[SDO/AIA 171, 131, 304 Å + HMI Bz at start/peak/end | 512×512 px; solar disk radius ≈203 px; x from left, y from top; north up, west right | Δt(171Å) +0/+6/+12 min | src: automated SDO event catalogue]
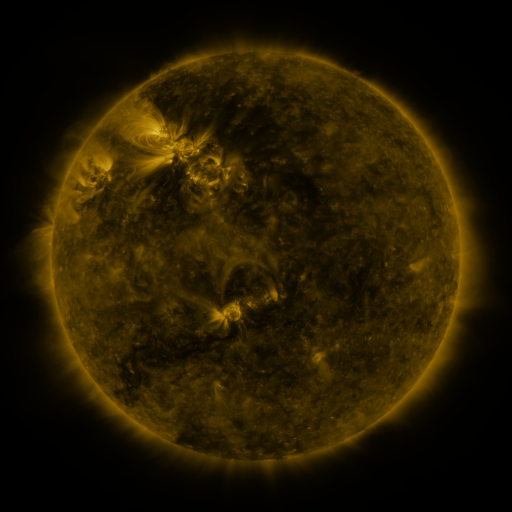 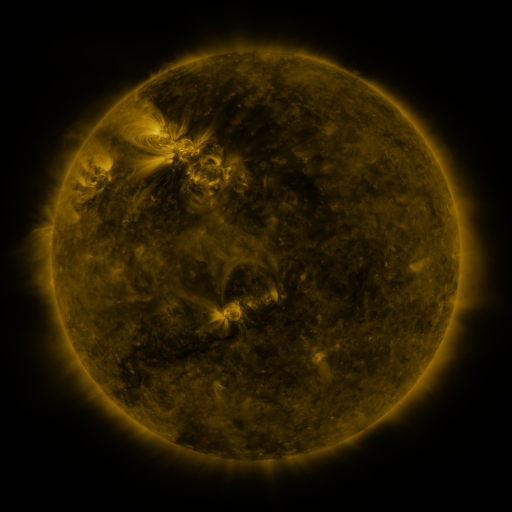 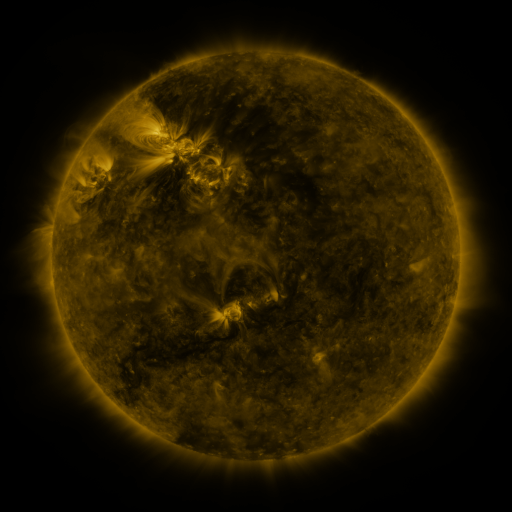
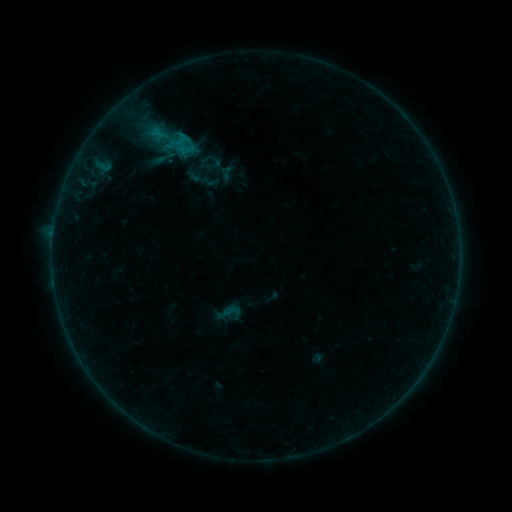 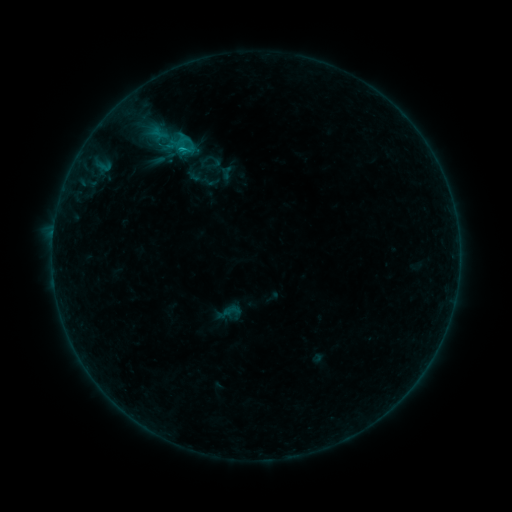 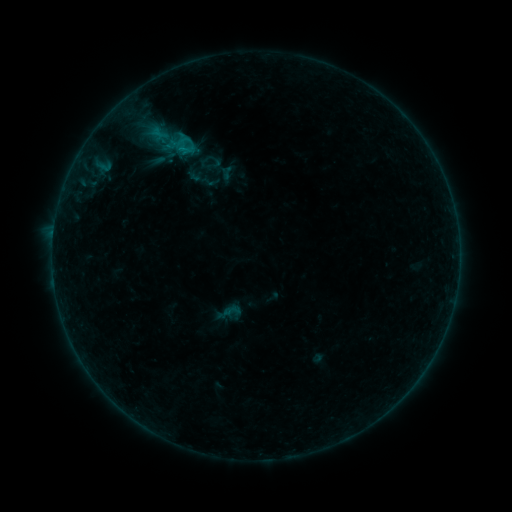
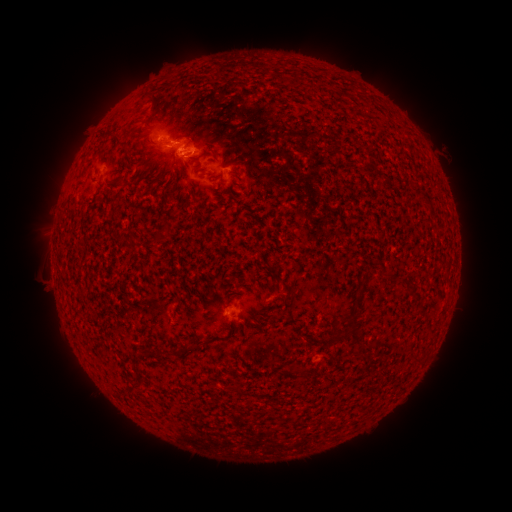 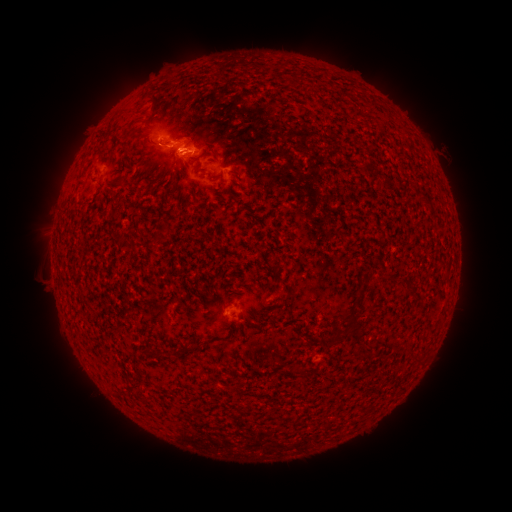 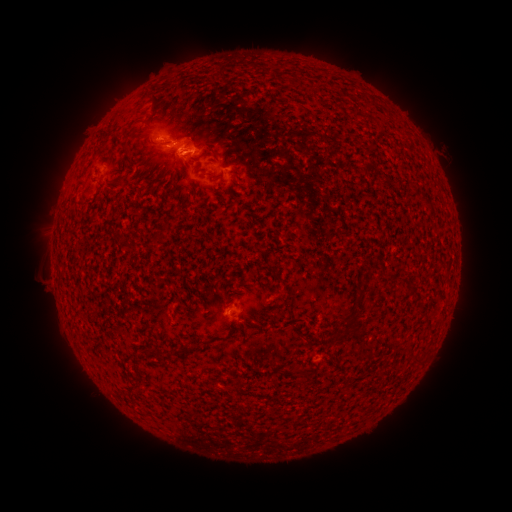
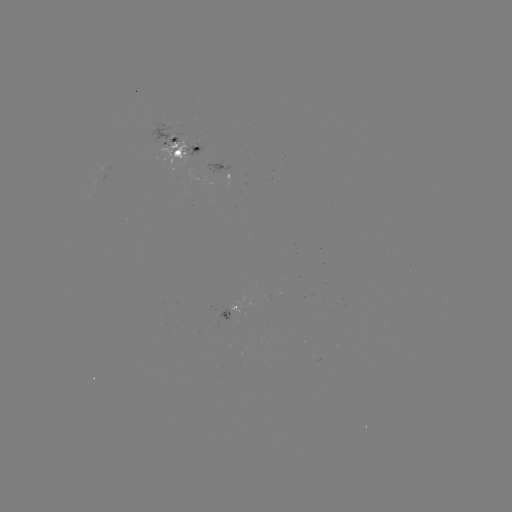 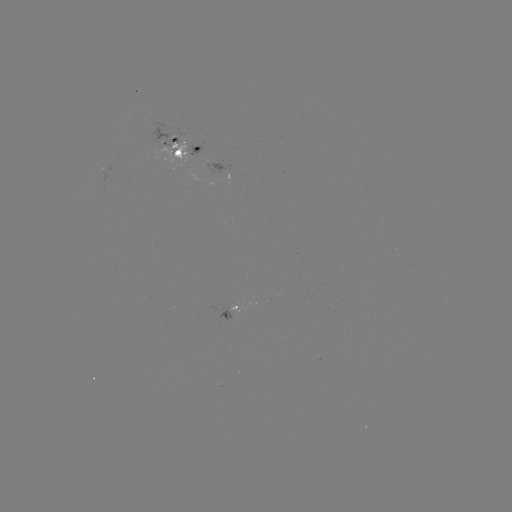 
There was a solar flare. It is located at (183, 152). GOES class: B9.8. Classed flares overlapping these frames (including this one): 1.